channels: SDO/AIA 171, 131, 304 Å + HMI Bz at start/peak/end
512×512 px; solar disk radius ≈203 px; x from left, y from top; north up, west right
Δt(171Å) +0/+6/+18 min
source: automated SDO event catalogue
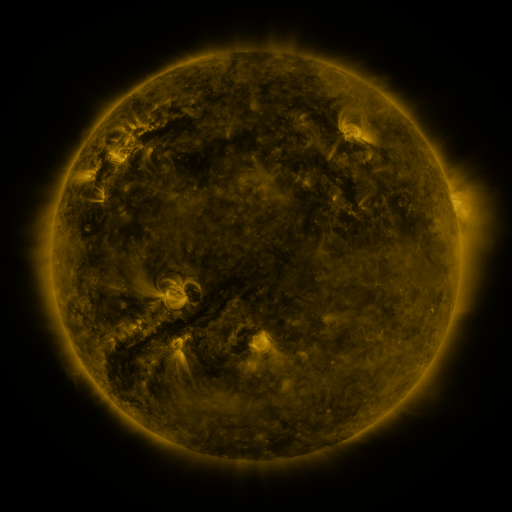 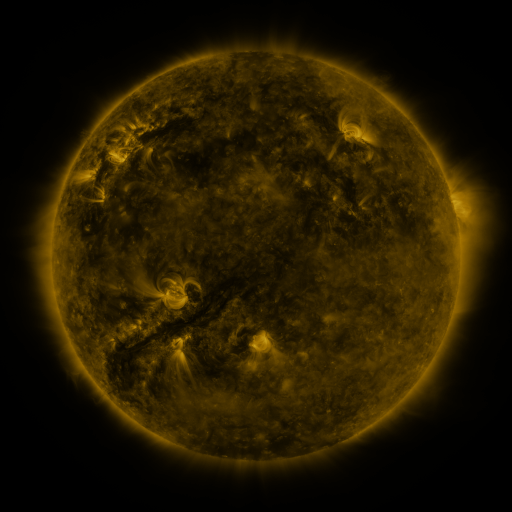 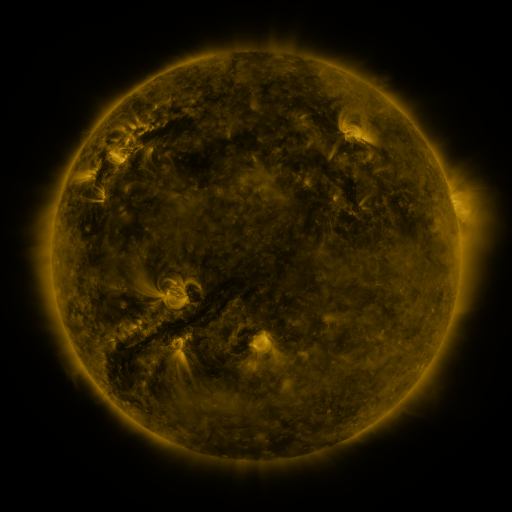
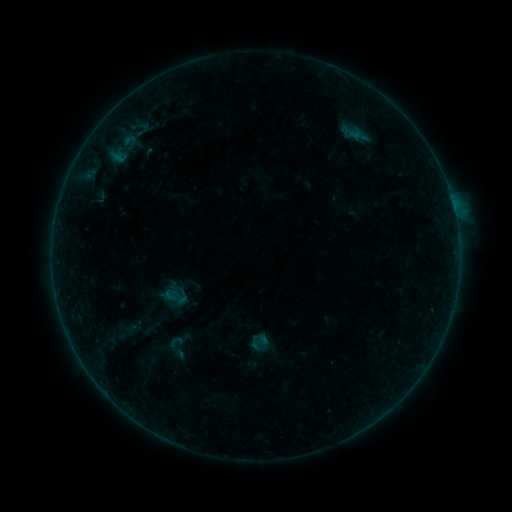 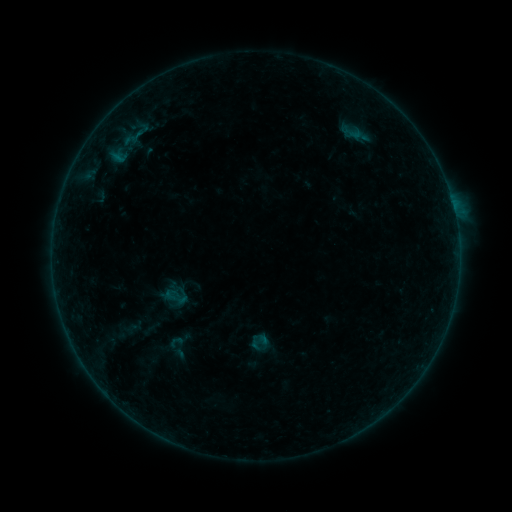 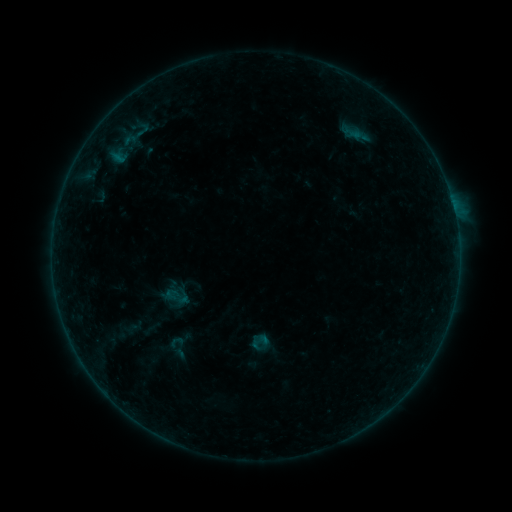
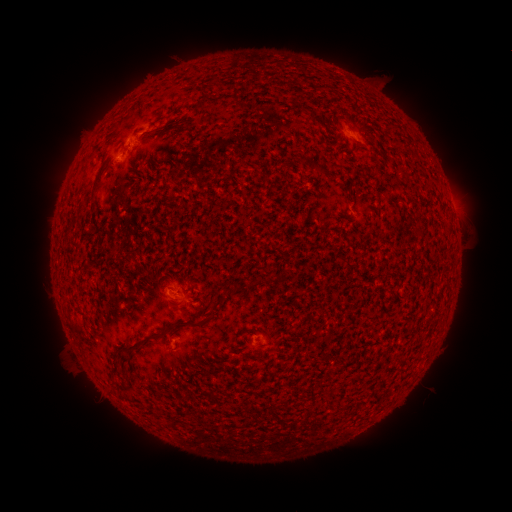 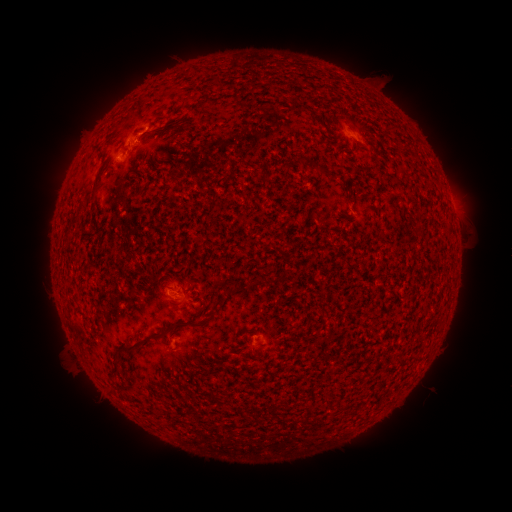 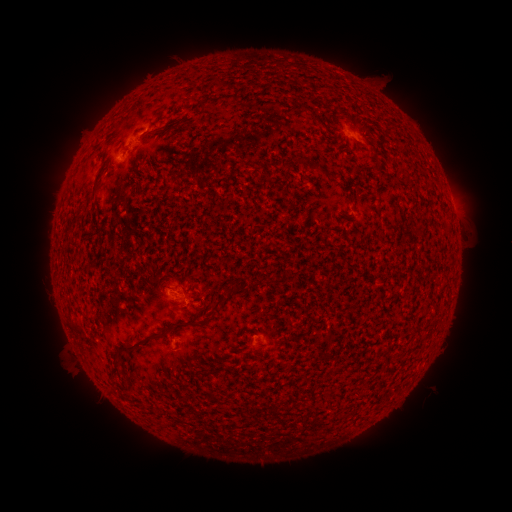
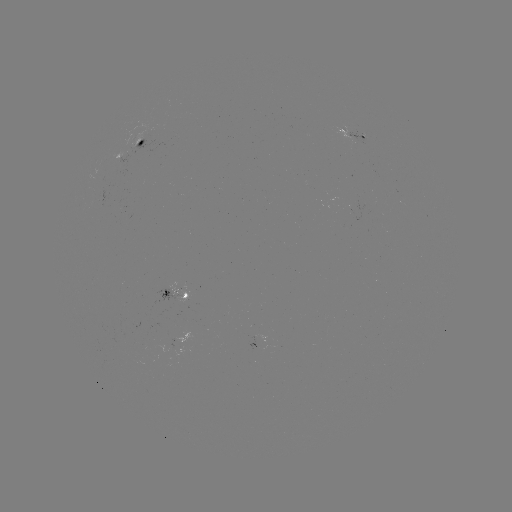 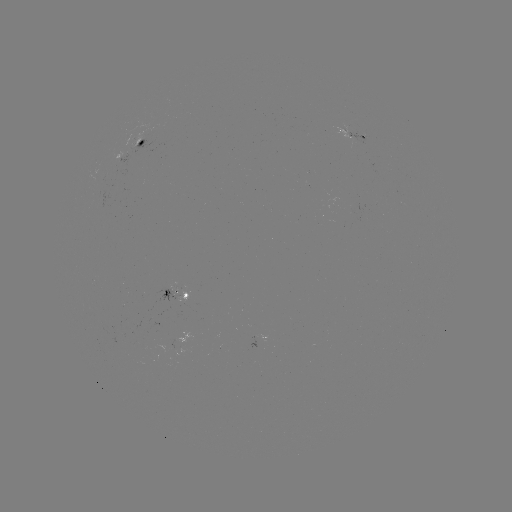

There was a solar flare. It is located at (125, 150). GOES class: B1.5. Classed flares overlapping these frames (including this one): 1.